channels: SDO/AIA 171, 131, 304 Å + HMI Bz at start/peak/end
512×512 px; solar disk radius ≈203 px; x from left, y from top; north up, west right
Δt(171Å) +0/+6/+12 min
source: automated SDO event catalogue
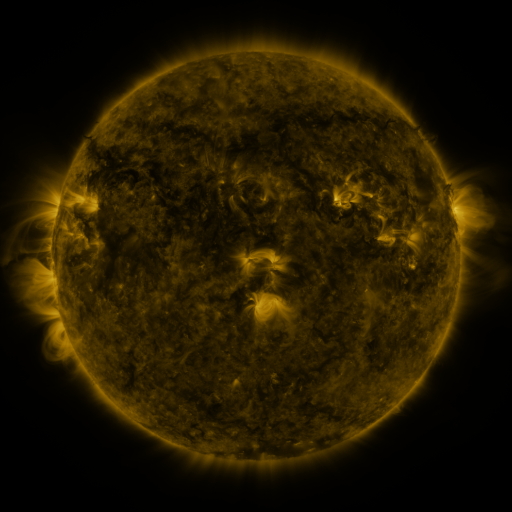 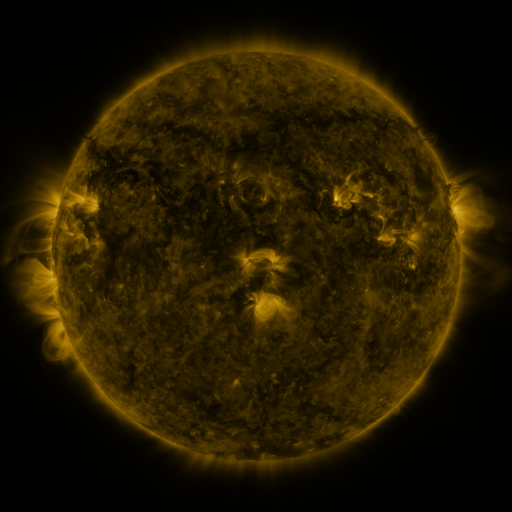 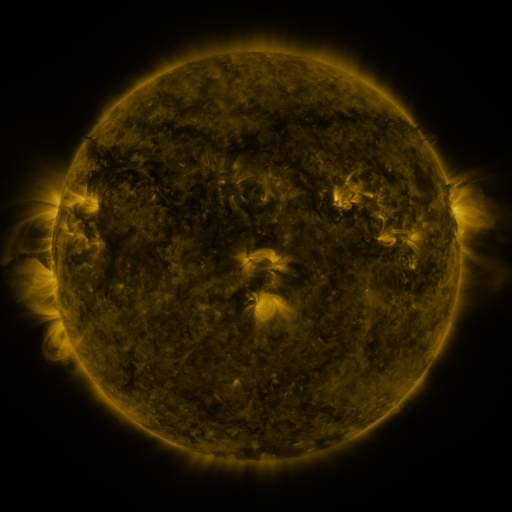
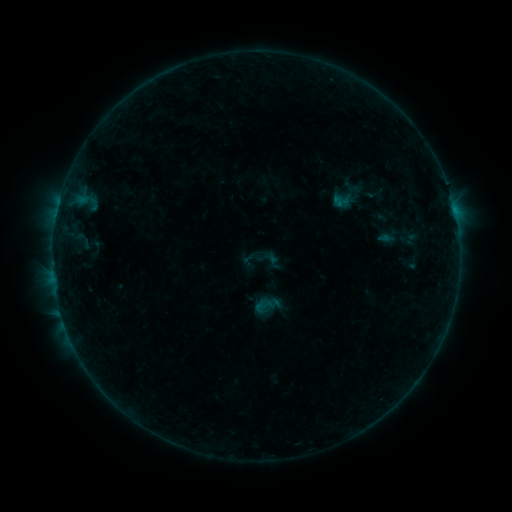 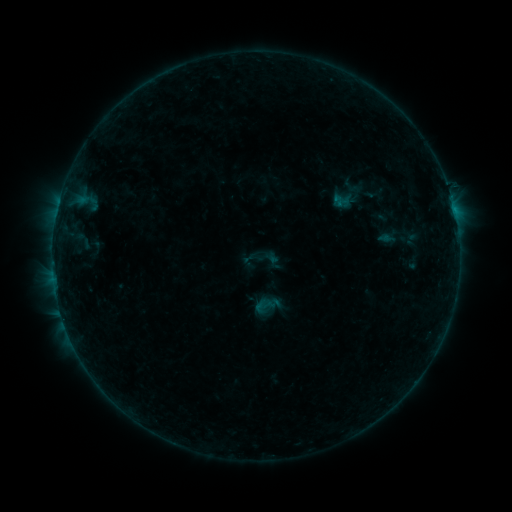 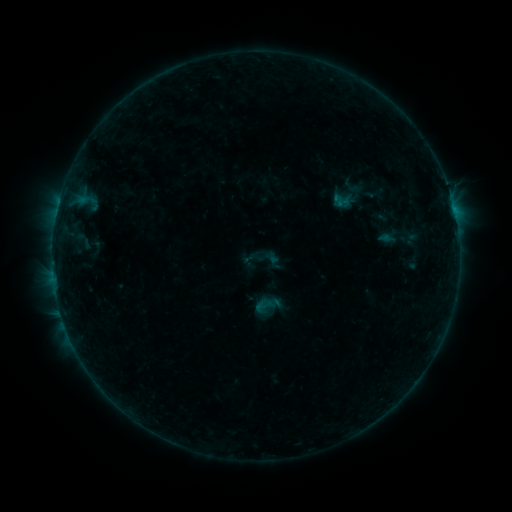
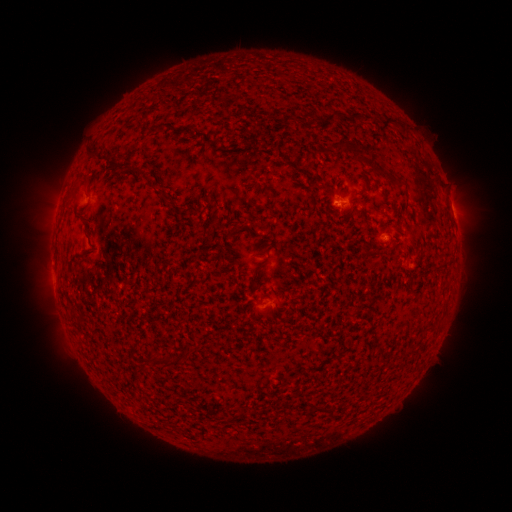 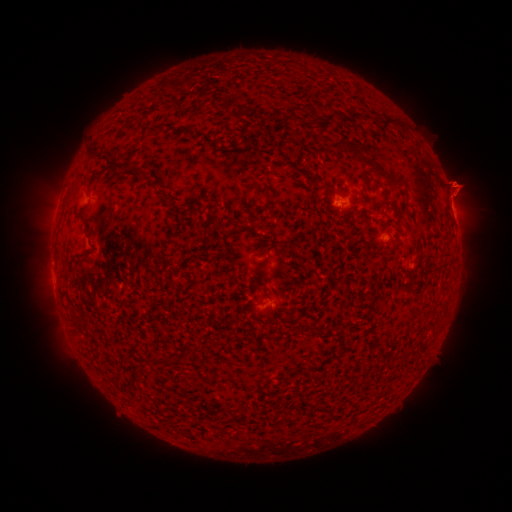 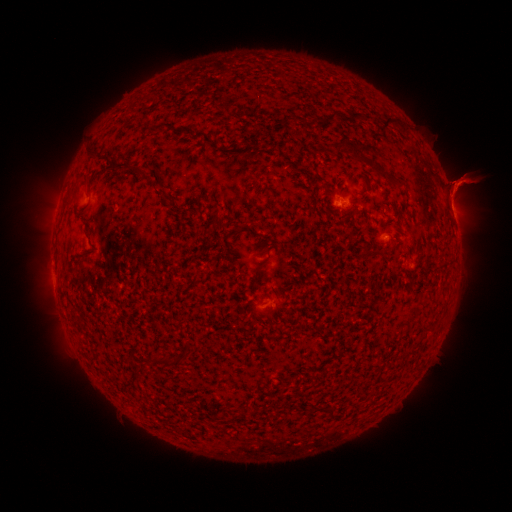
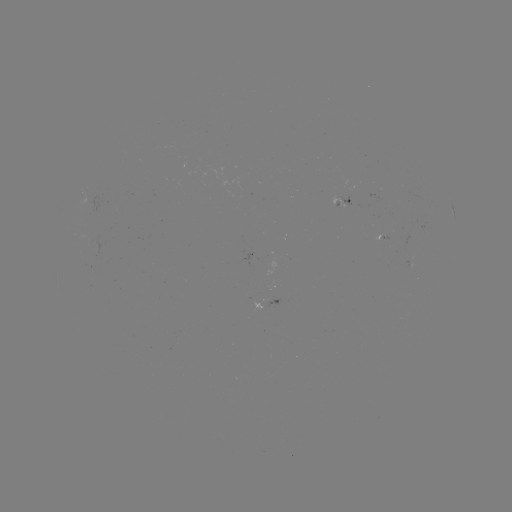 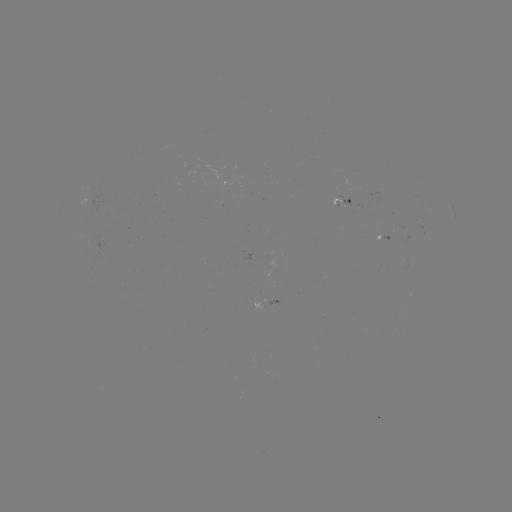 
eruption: <bbox>428, 158, 486, 216</bbox>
